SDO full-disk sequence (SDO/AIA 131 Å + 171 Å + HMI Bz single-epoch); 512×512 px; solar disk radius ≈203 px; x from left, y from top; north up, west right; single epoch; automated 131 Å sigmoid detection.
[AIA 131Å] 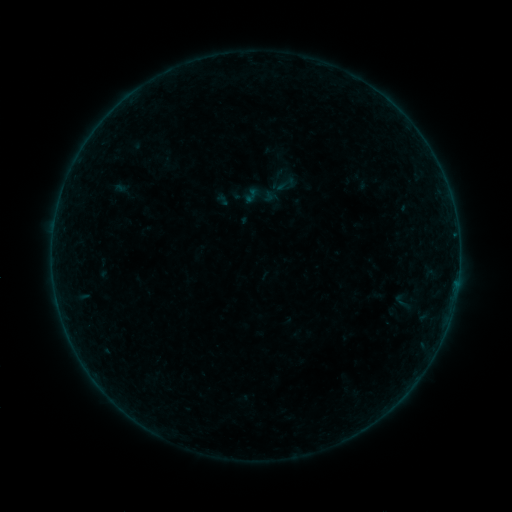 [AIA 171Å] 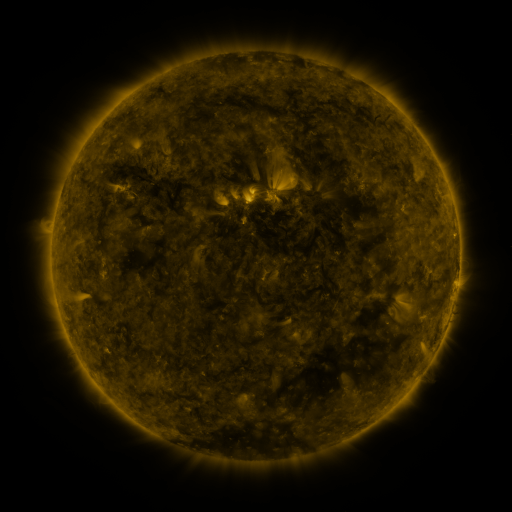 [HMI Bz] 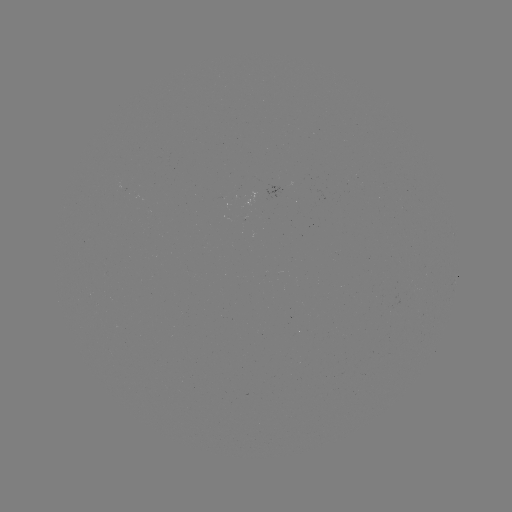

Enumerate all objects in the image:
sigmoid: (259, 195)
sigmoid: (403, 302)
